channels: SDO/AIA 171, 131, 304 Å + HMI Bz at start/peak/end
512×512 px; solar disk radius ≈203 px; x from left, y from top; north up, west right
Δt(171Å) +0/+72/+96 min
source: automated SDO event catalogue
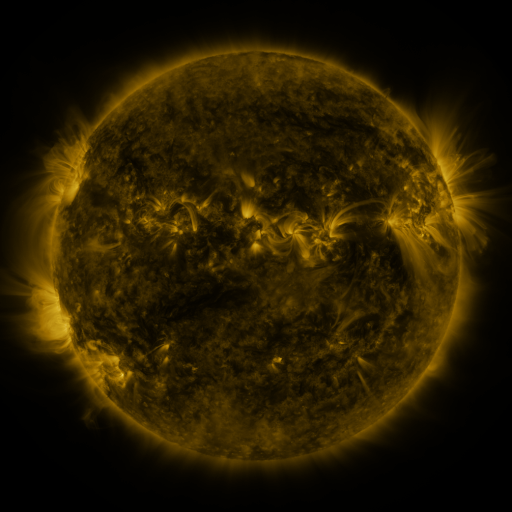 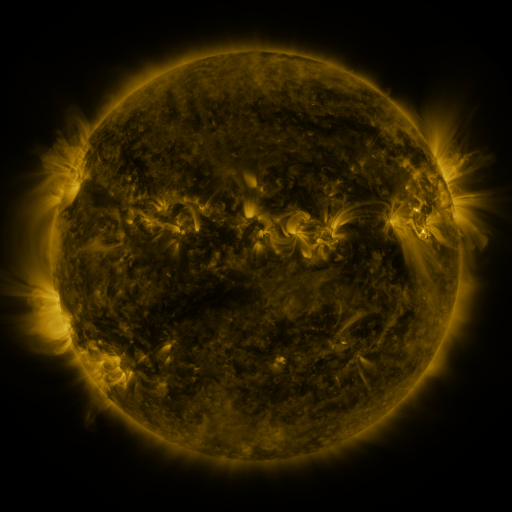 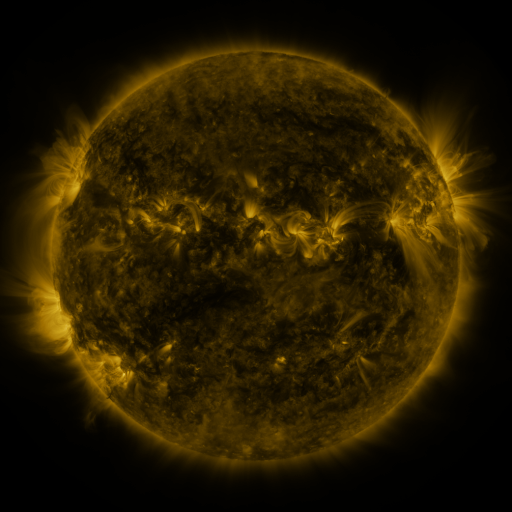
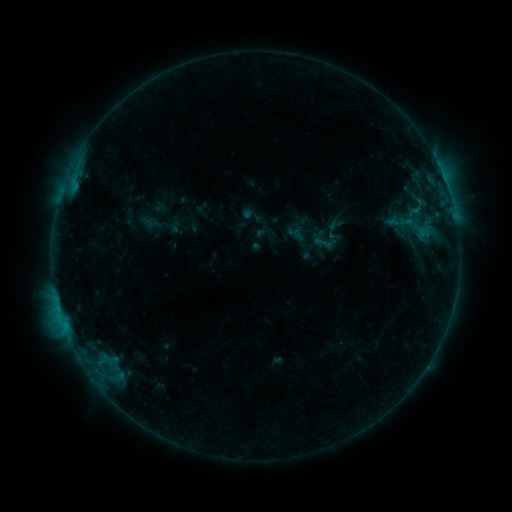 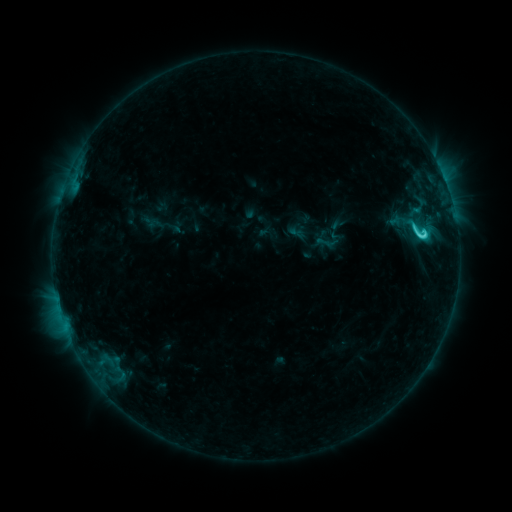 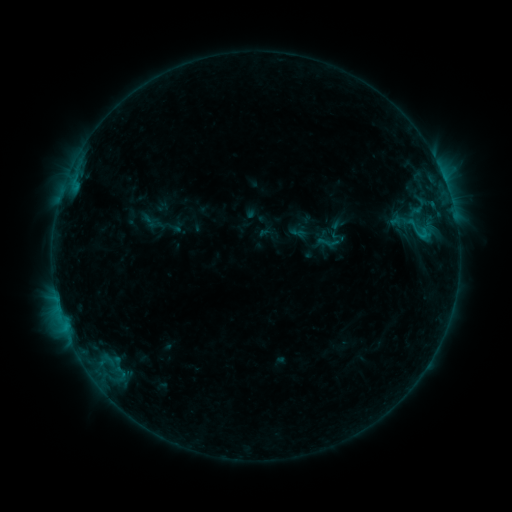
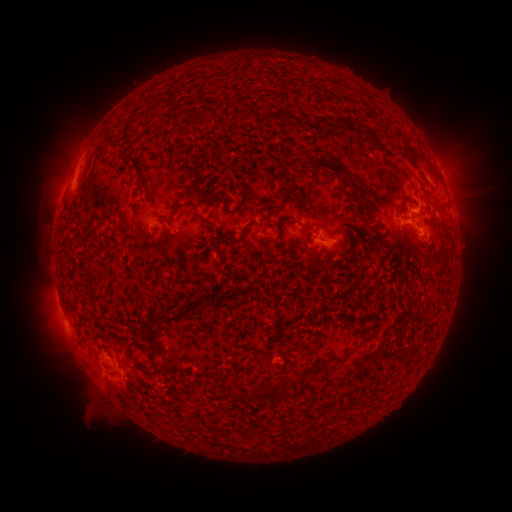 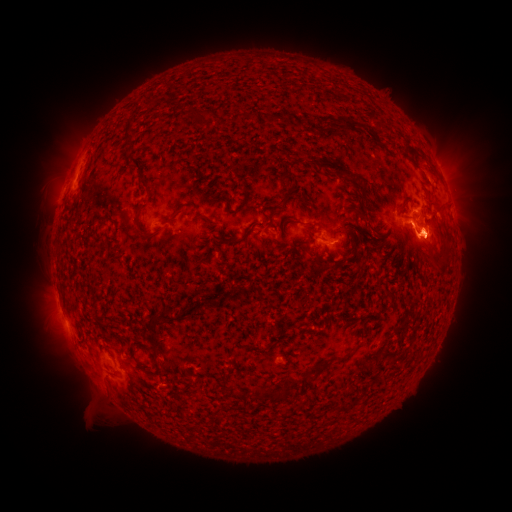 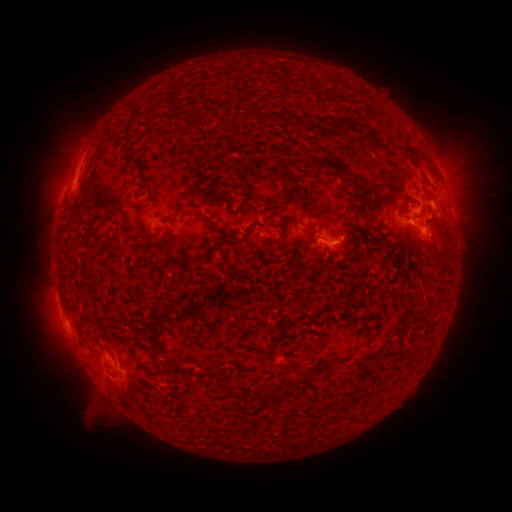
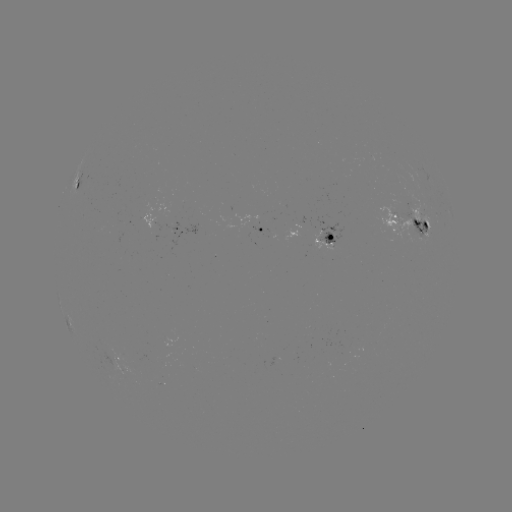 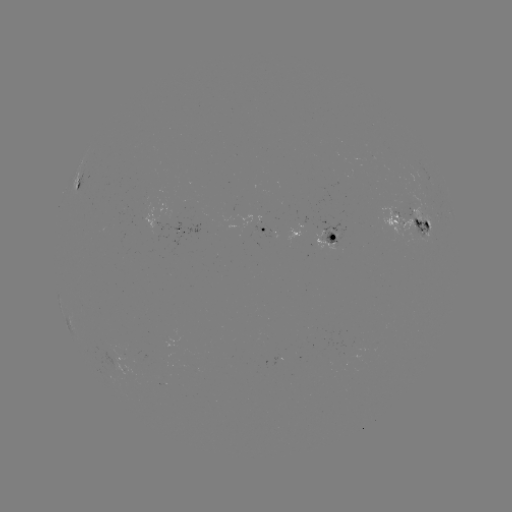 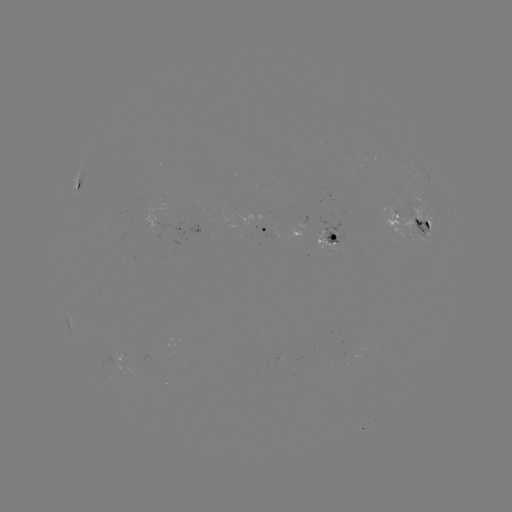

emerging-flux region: [313, 231, 338, 252]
